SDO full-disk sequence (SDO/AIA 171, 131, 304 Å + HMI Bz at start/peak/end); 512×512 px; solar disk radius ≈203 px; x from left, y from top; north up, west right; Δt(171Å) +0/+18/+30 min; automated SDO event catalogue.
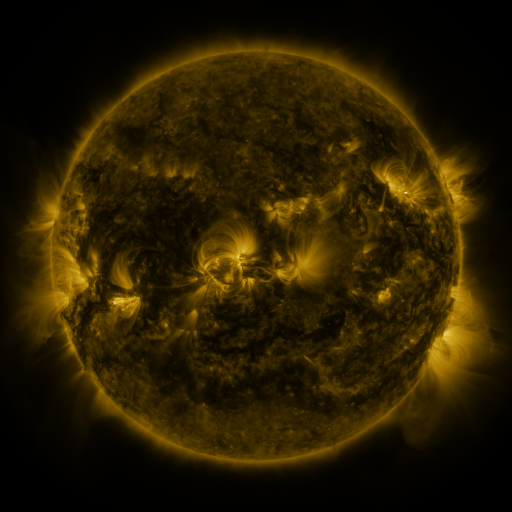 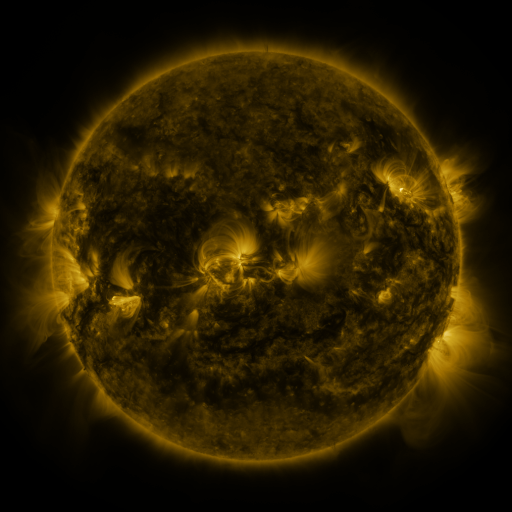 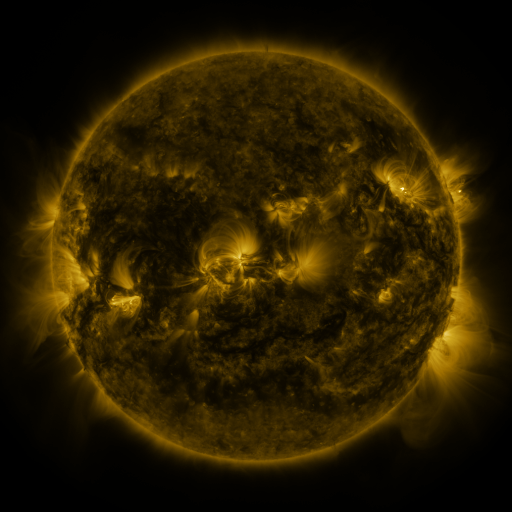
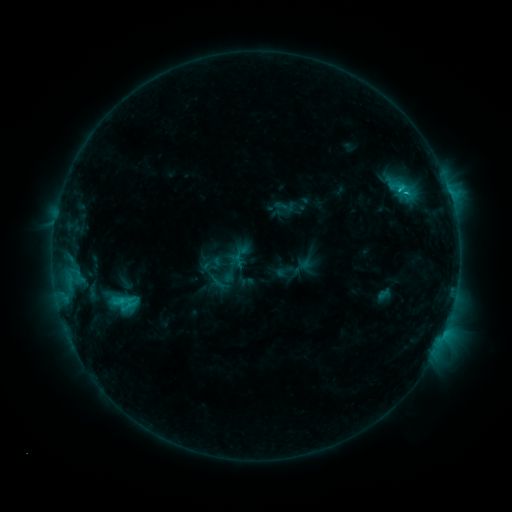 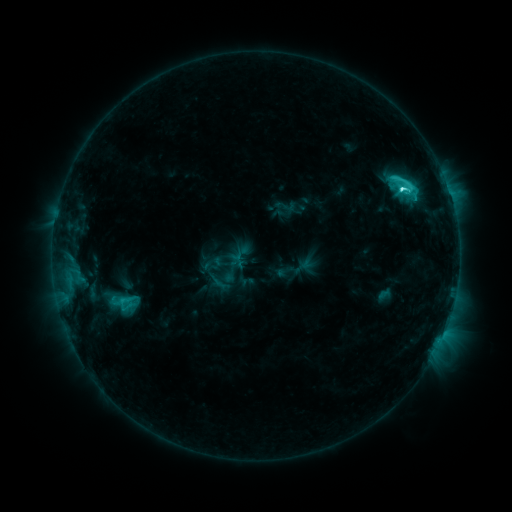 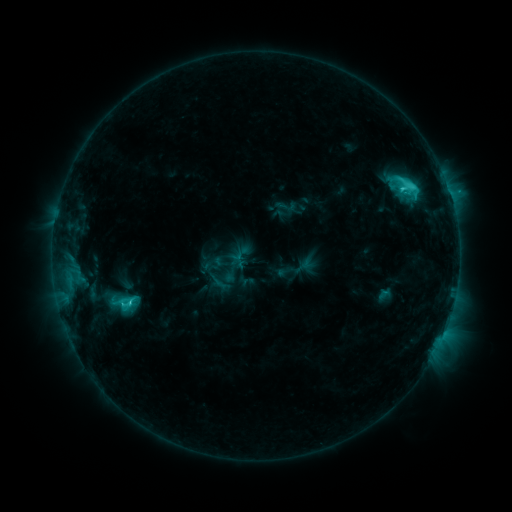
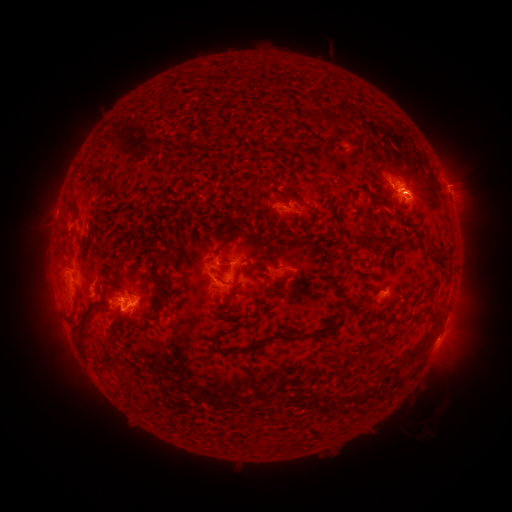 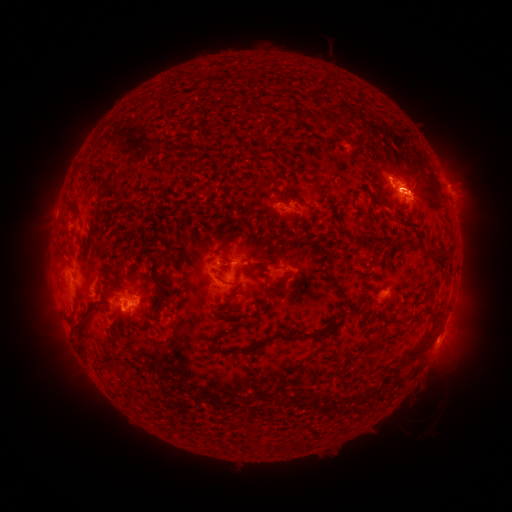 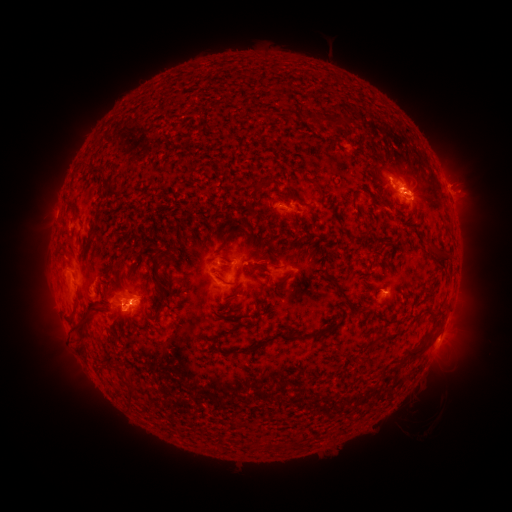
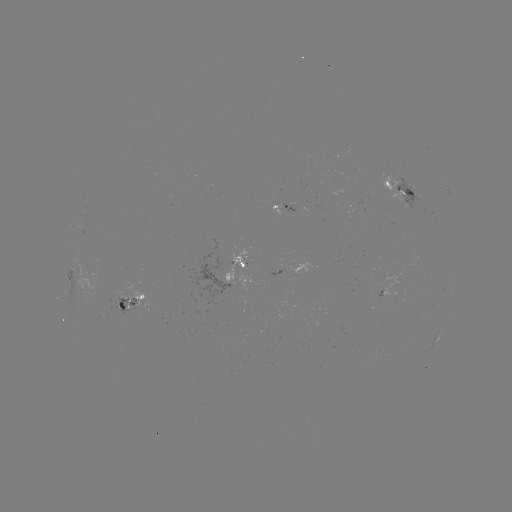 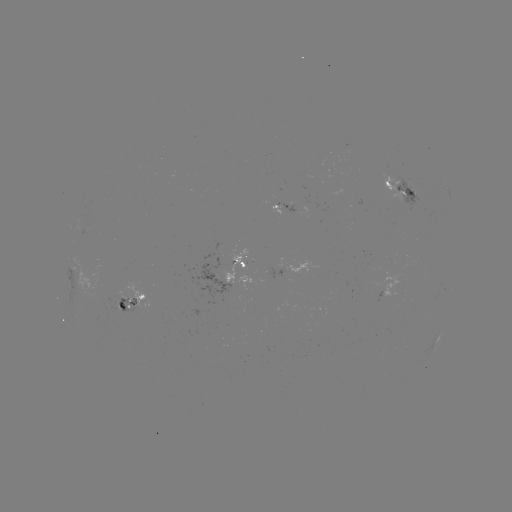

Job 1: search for C5.6 flare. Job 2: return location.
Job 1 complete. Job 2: (402, 190).